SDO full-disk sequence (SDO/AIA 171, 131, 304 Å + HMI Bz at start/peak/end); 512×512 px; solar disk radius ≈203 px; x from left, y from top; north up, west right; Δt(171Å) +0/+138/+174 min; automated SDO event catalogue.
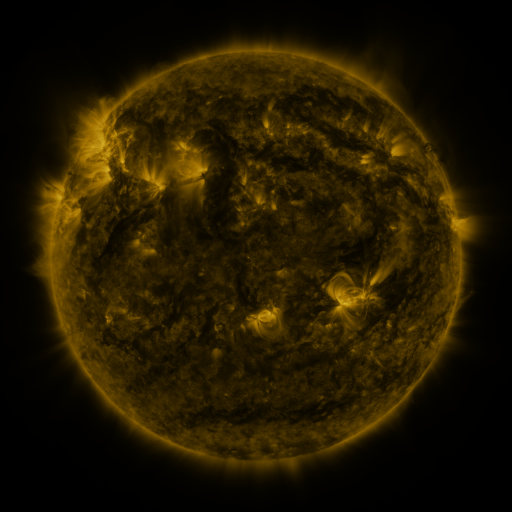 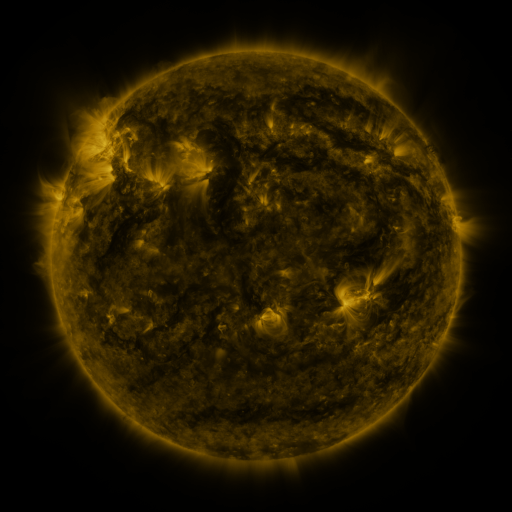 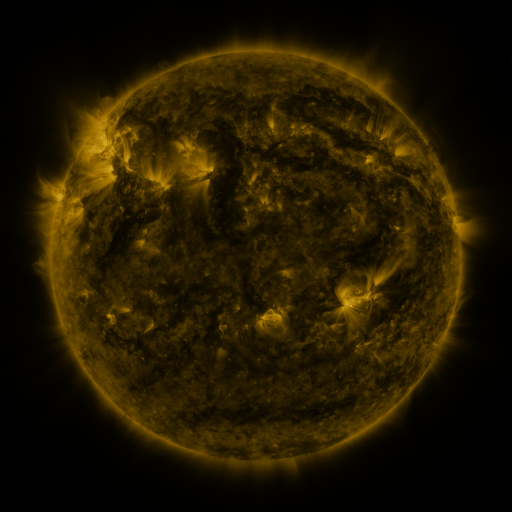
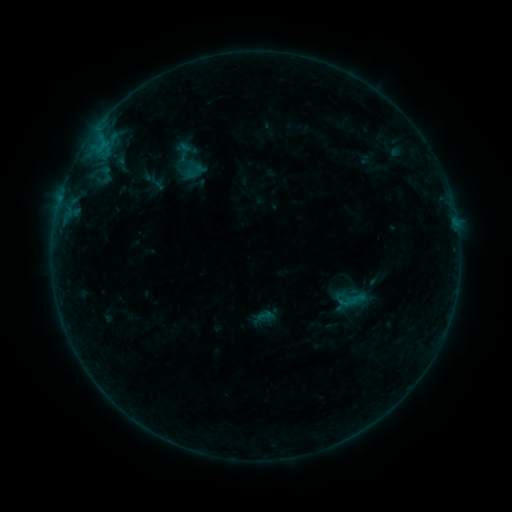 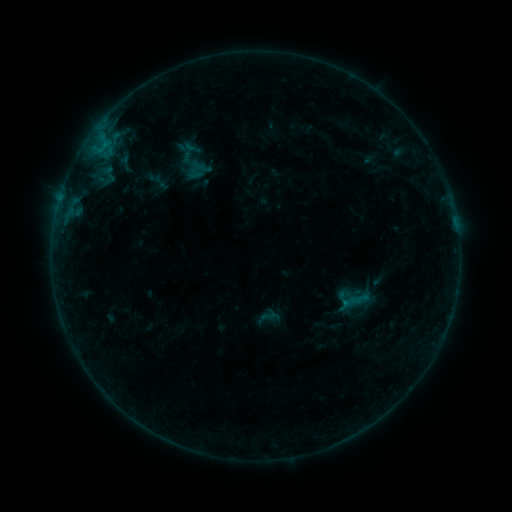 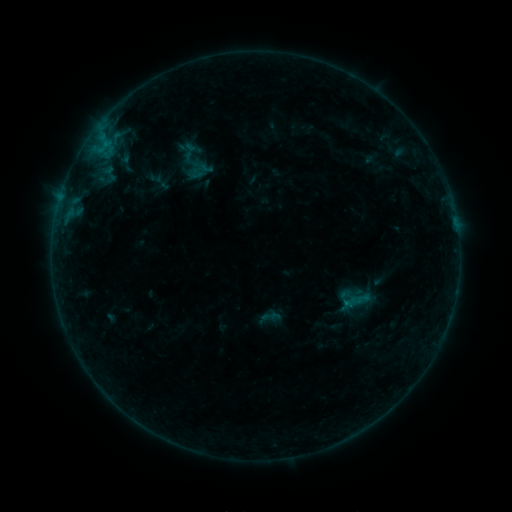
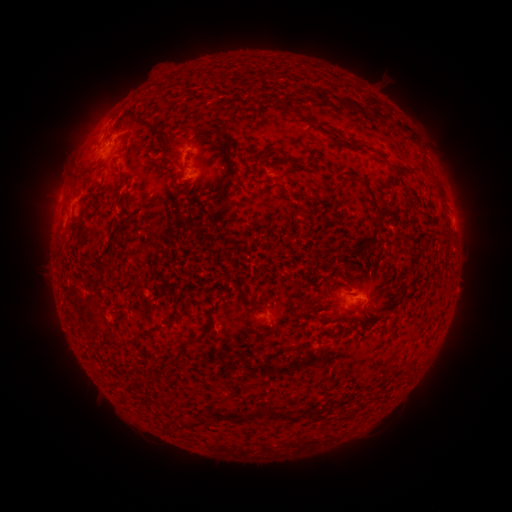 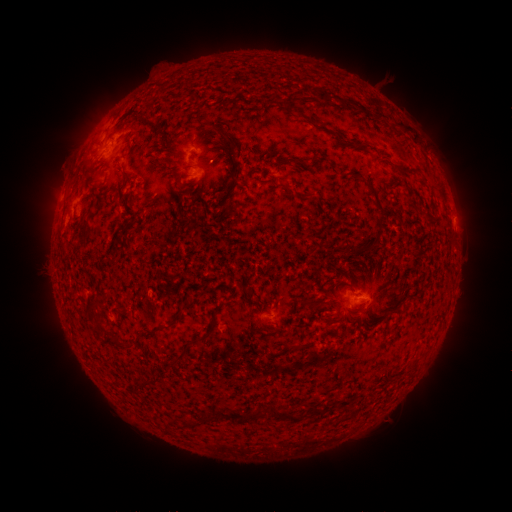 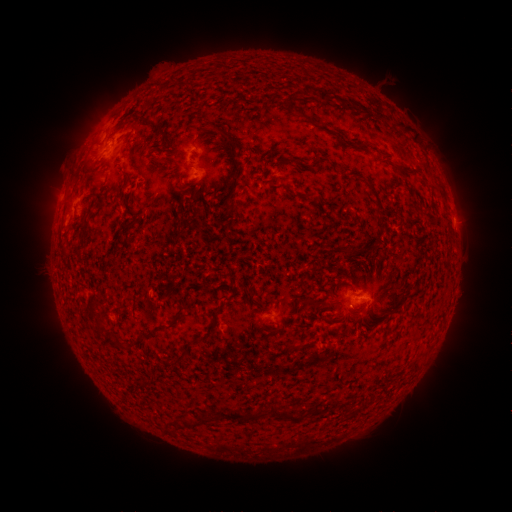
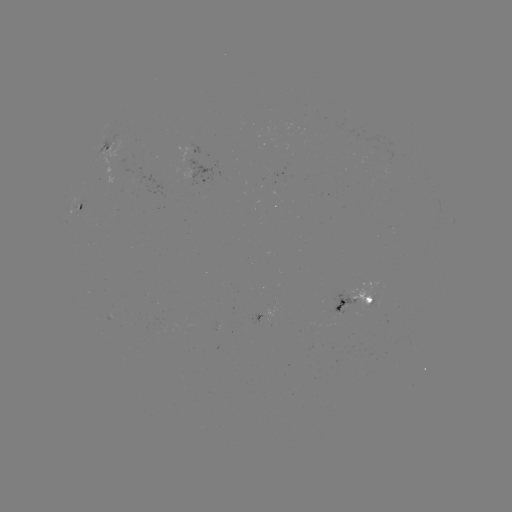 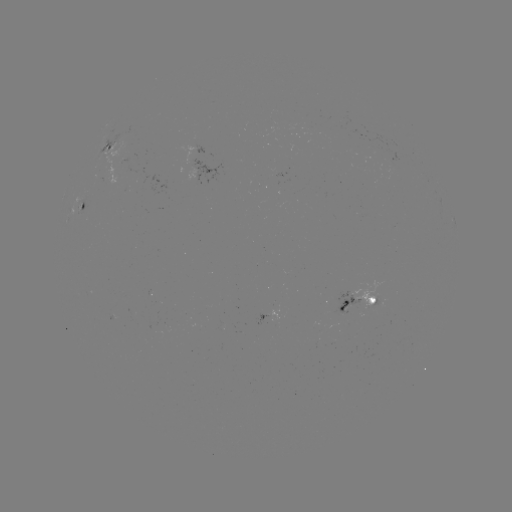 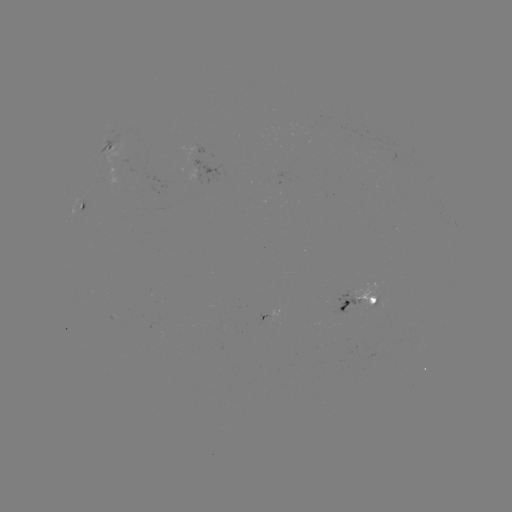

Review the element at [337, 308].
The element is emerging-flux region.